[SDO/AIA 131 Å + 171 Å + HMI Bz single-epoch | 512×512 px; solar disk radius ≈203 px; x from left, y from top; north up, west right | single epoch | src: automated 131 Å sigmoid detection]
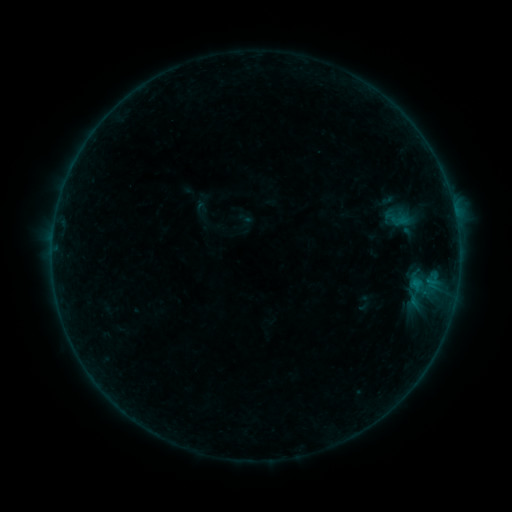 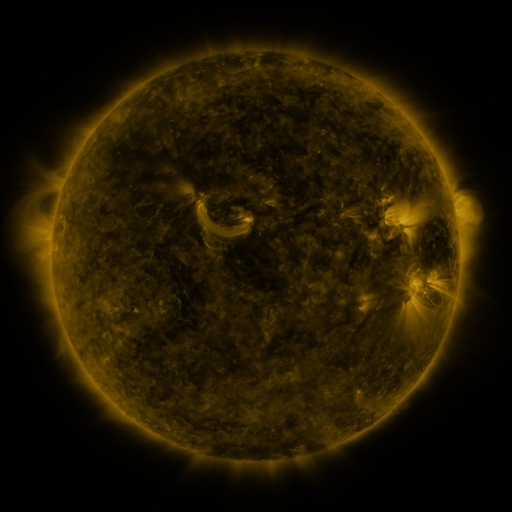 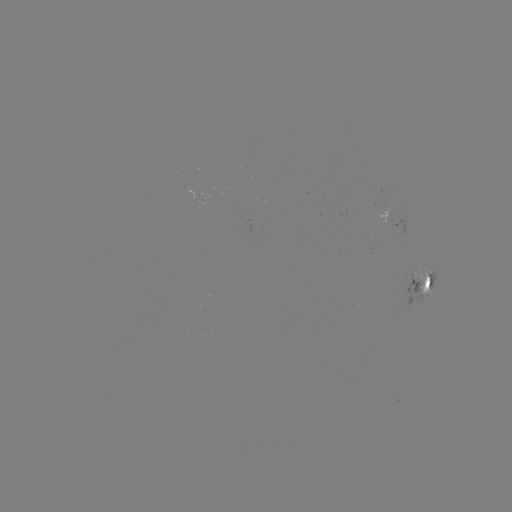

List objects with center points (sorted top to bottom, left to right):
sigmoid: <bbox>387, 213, 406, 228</bbox>
